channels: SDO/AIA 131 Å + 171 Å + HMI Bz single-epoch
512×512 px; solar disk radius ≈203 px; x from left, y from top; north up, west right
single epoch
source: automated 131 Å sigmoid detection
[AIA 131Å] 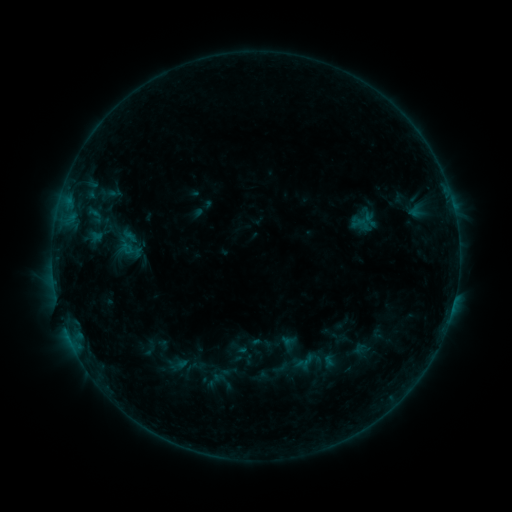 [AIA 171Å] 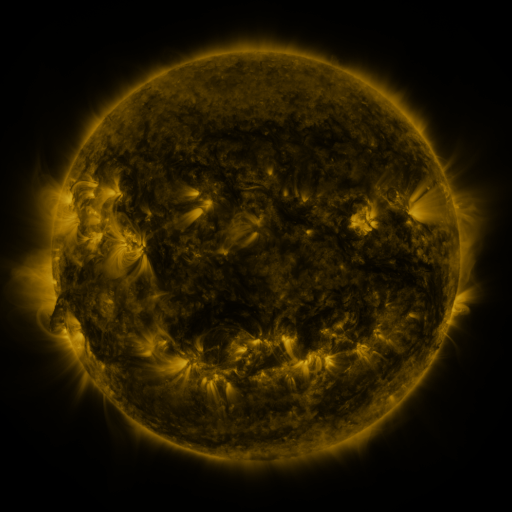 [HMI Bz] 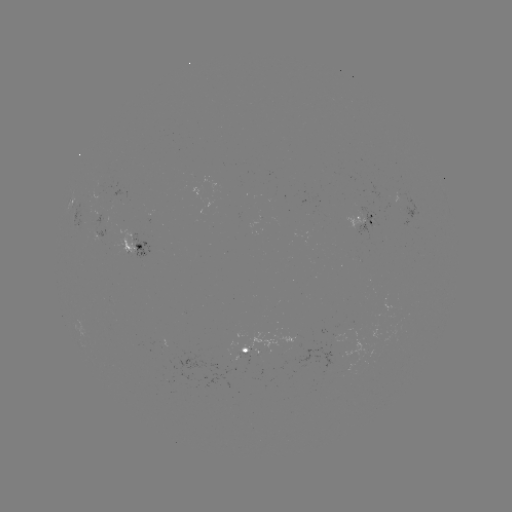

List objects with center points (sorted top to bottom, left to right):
sigmoid: <bbox>353, 212, 376, 229</bbox>
sigmoid: <bbox>109, 218, 149, 265</bbox>
